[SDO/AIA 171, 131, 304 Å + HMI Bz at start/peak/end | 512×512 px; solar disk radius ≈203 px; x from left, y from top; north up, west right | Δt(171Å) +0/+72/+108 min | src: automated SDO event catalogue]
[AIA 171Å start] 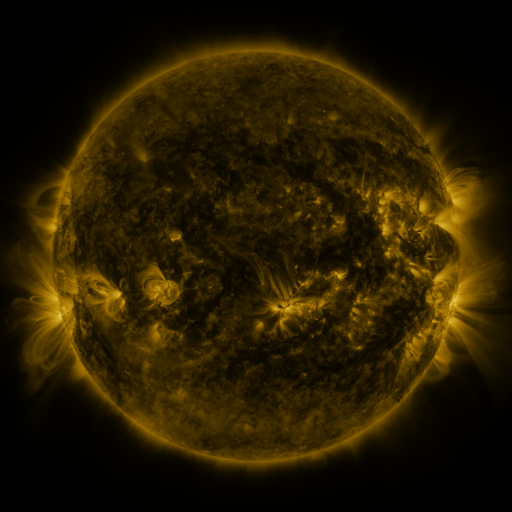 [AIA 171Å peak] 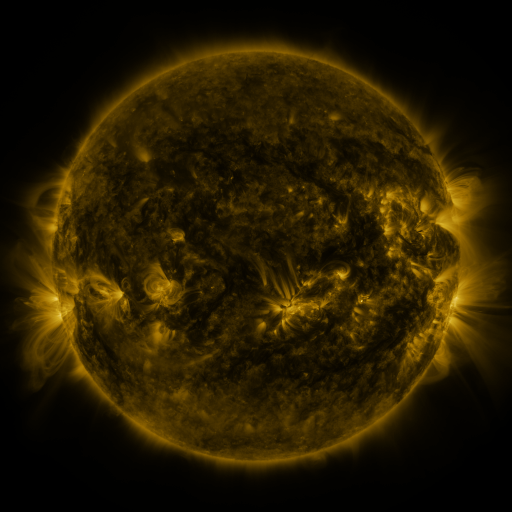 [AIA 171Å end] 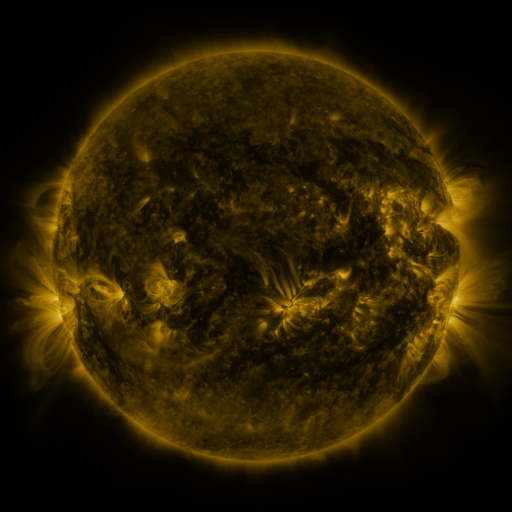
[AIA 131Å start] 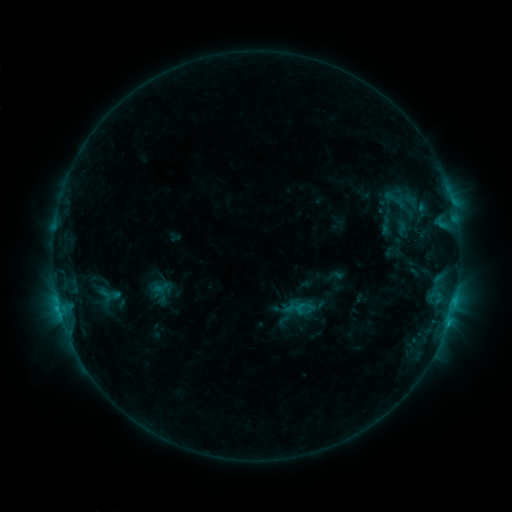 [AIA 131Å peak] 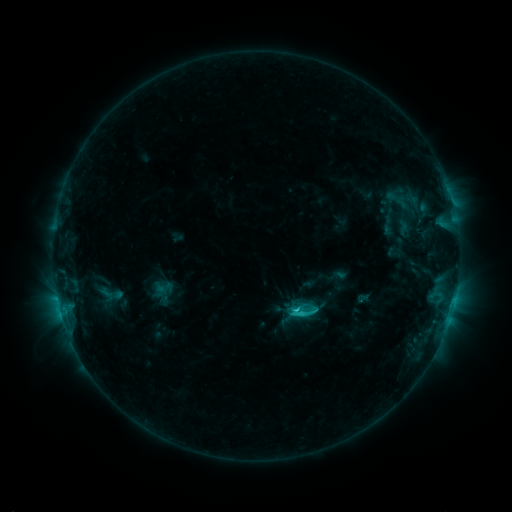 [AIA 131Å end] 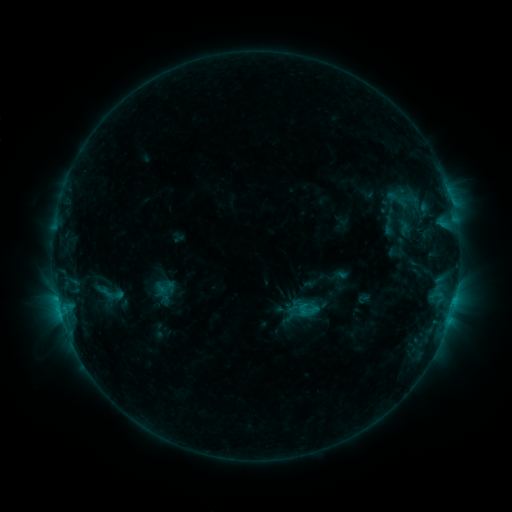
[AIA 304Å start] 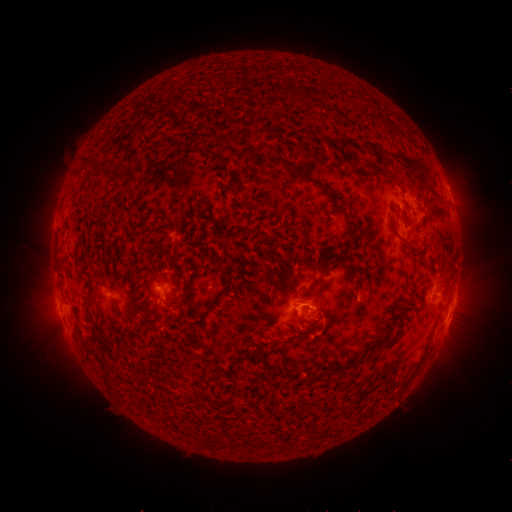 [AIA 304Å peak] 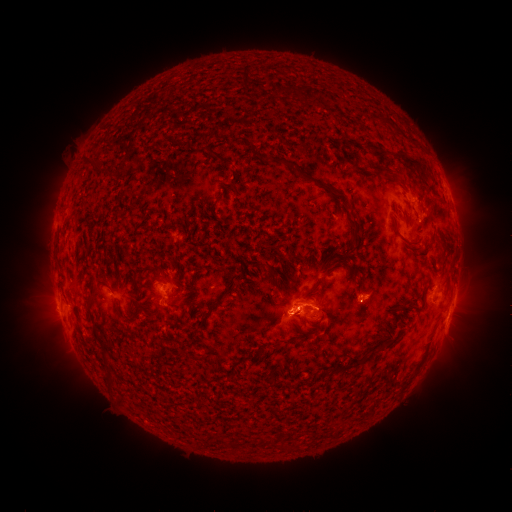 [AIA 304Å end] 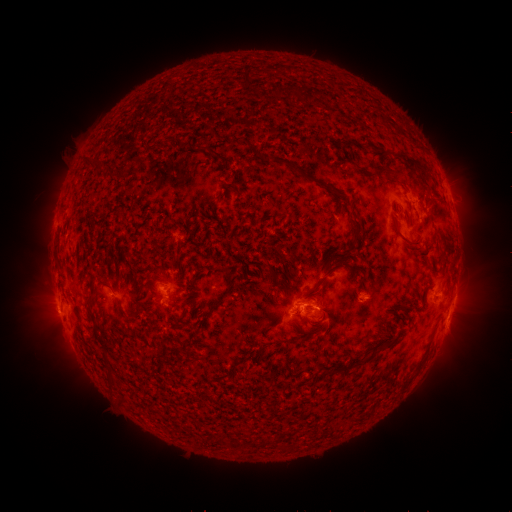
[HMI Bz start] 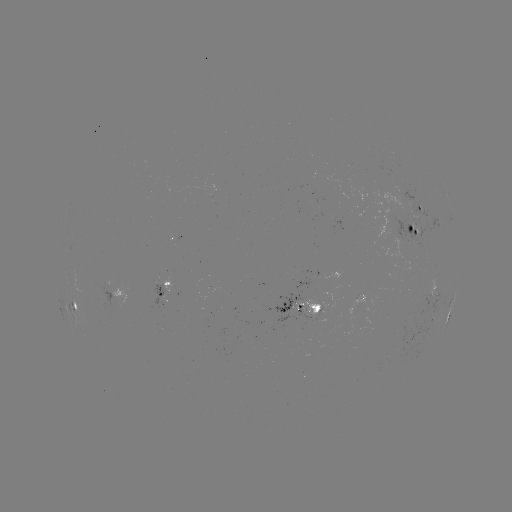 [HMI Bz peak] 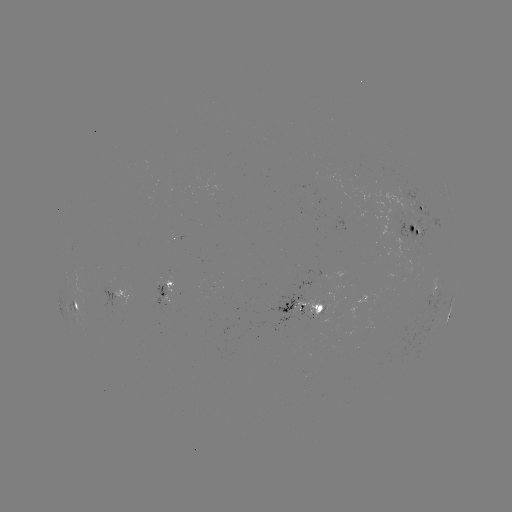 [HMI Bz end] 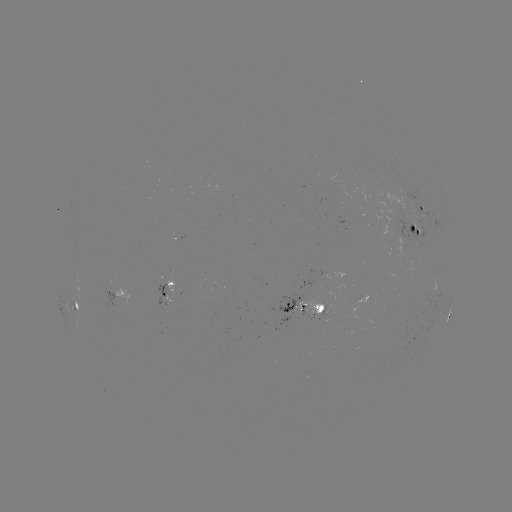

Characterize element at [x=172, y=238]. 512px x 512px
emerging-flux region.